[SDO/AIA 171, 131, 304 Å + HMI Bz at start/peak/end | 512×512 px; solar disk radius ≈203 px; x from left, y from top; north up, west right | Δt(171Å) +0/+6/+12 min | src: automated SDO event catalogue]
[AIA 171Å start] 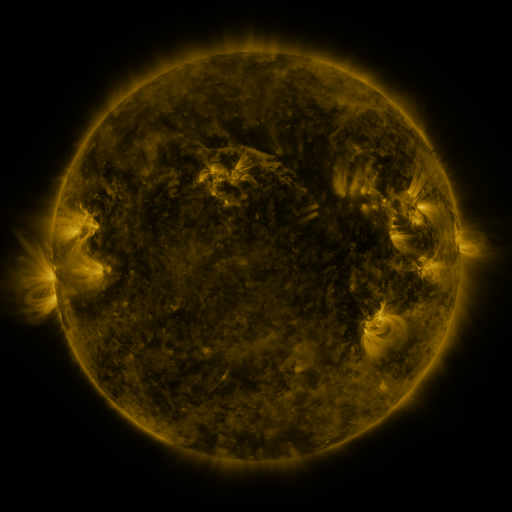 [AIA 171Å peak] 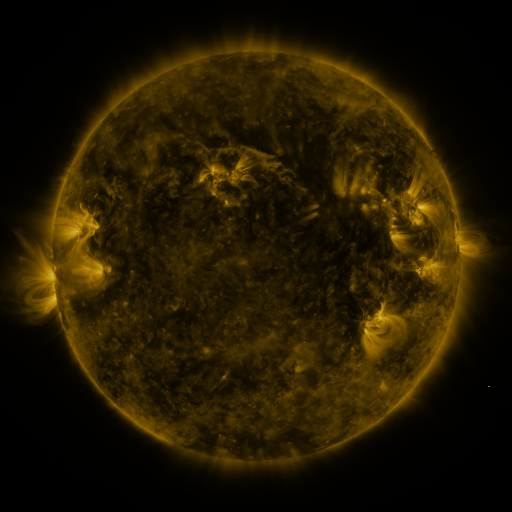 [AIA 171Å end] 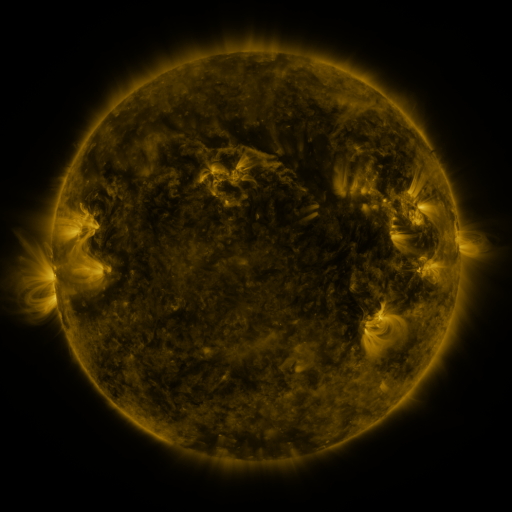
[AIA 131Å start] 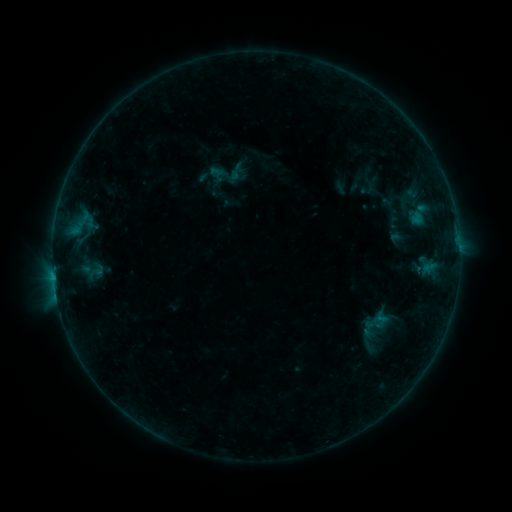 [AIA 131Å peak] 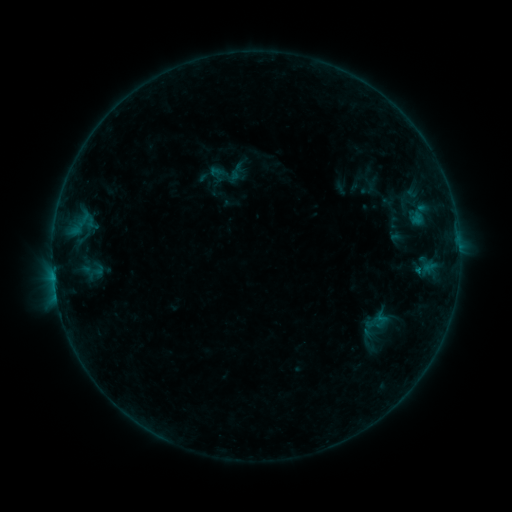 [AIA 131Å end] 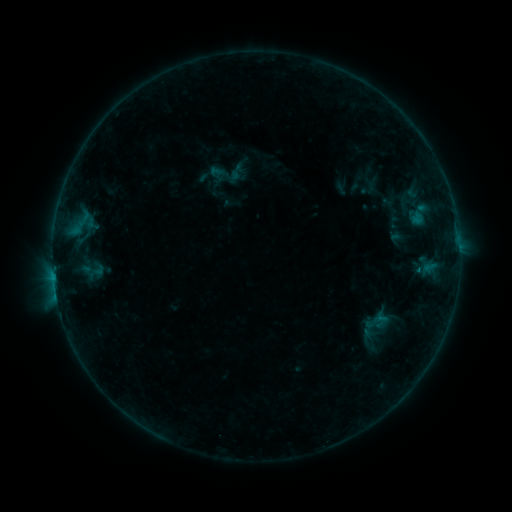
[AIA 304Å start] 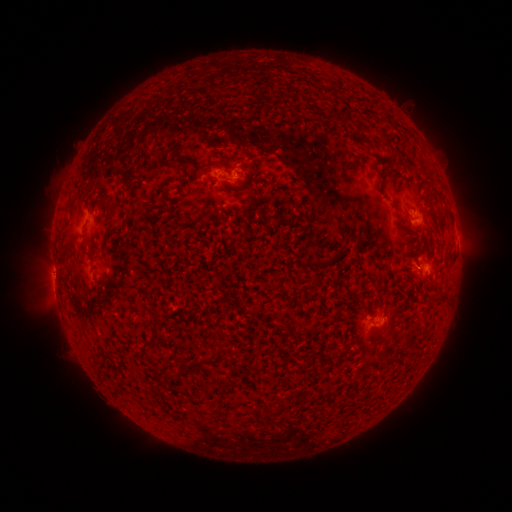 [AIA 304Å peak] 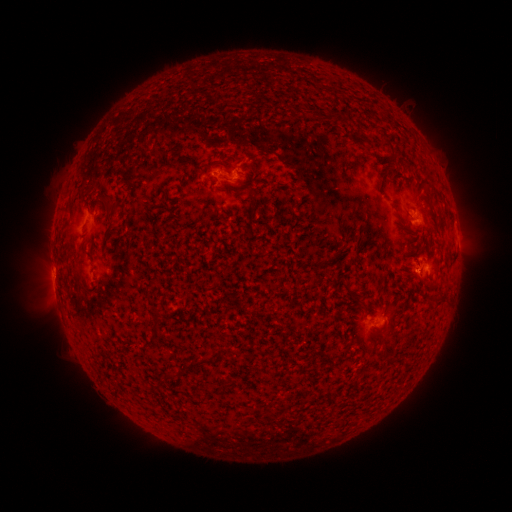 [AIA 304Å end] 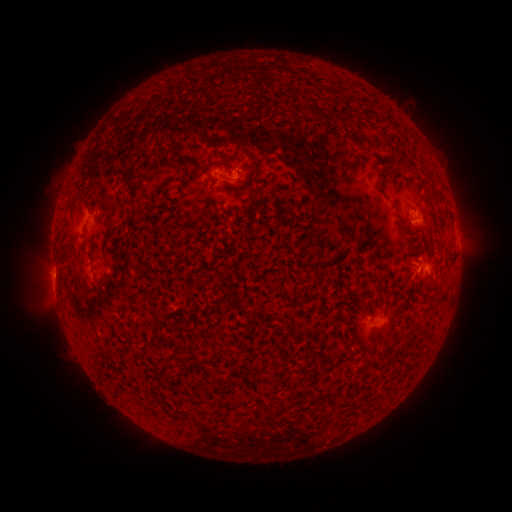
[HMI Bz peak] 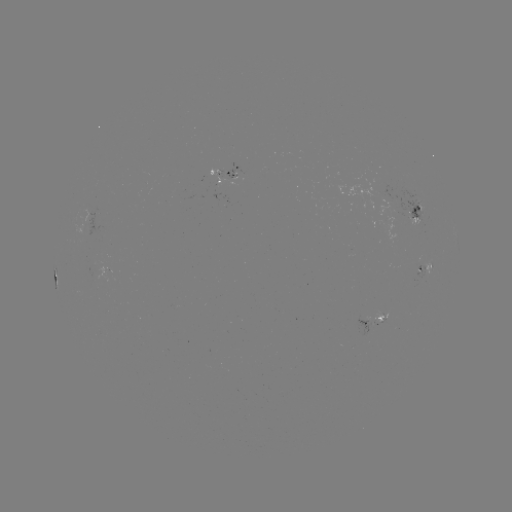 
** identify B3.8 flare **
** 418,267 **